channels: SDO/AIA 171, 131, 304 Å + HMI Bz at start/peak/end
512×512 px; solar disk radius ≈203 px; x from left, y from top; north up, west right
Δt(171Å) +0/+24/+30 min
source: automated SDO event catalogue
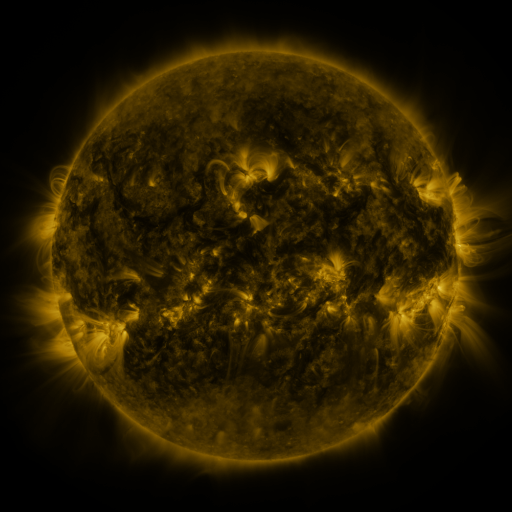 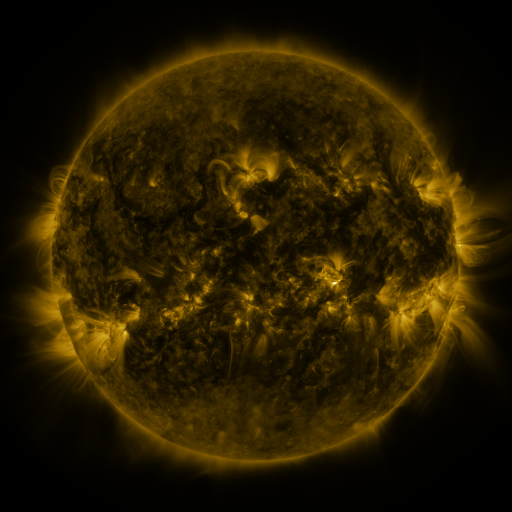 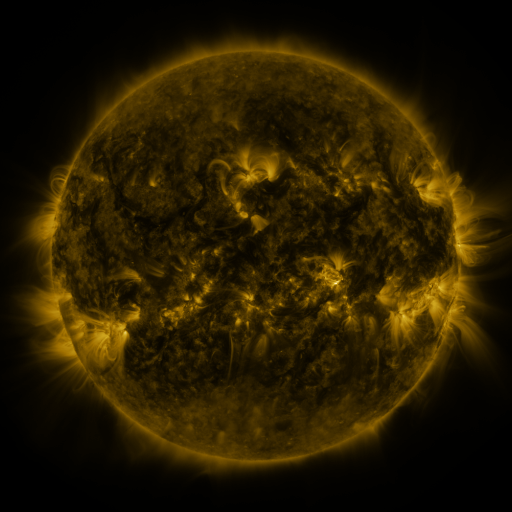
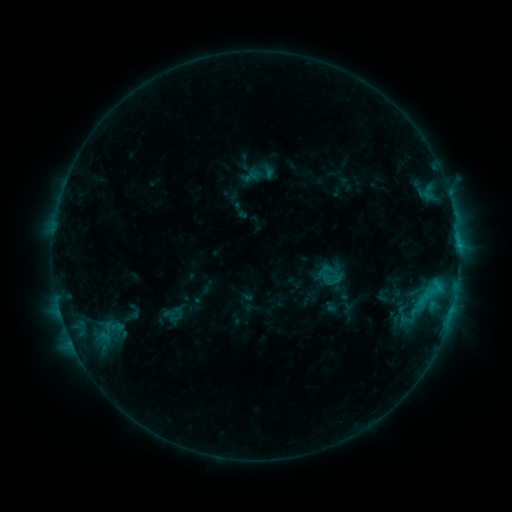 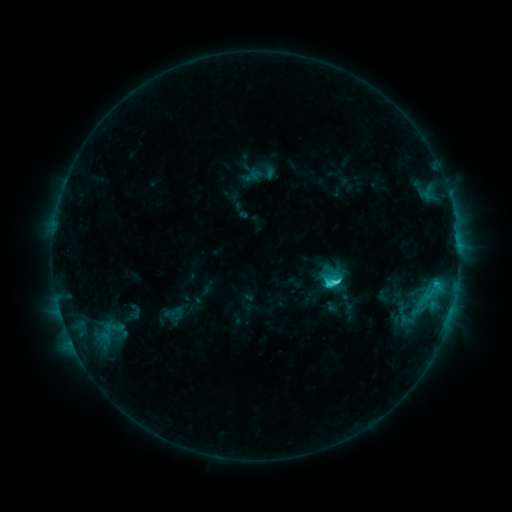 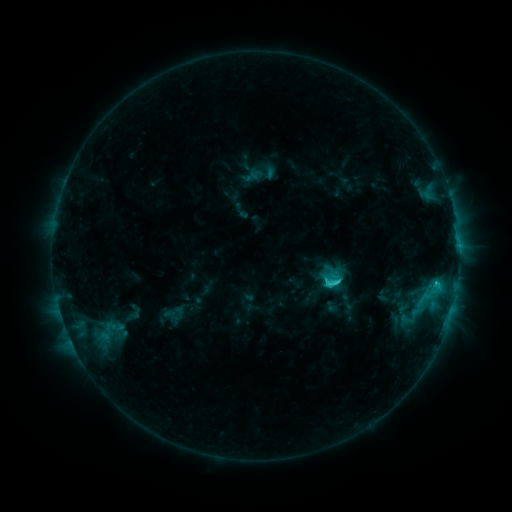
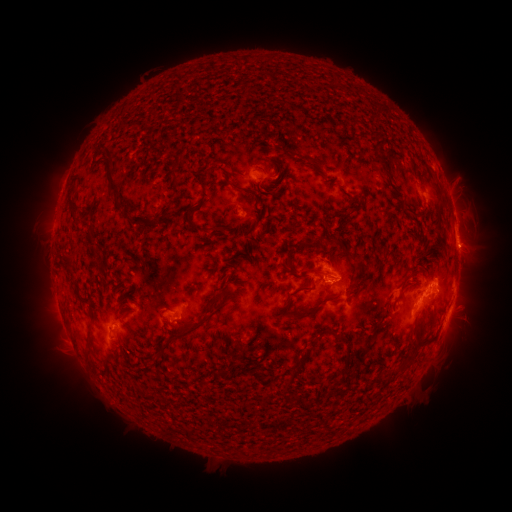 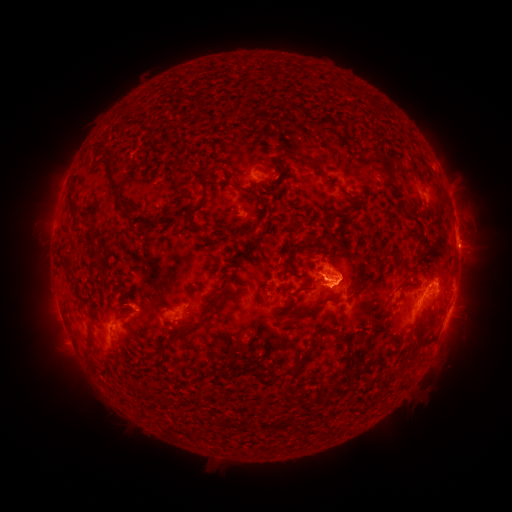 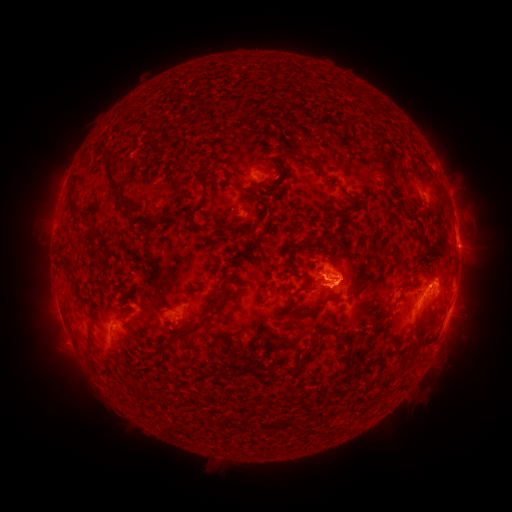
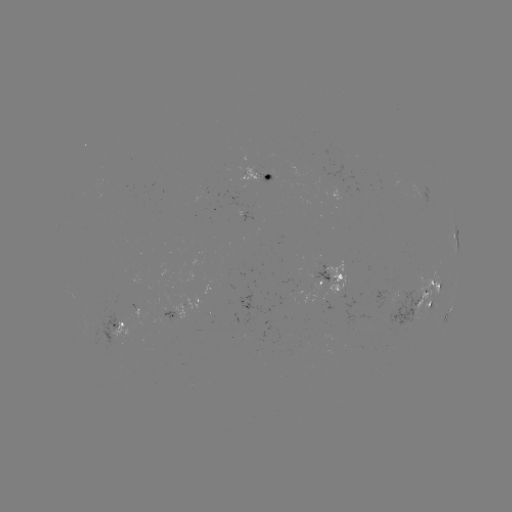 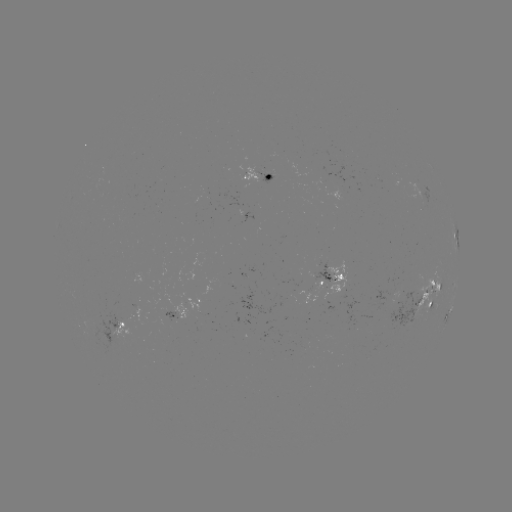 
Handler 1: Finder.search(C3.6 flare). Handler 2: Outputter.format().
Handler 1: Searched C3.6 flare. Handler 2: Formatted (333, 282).